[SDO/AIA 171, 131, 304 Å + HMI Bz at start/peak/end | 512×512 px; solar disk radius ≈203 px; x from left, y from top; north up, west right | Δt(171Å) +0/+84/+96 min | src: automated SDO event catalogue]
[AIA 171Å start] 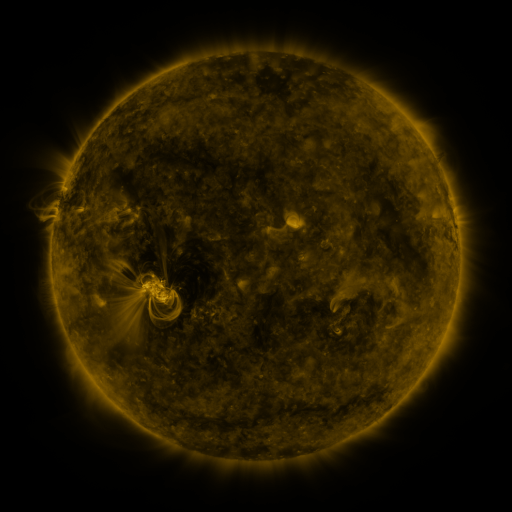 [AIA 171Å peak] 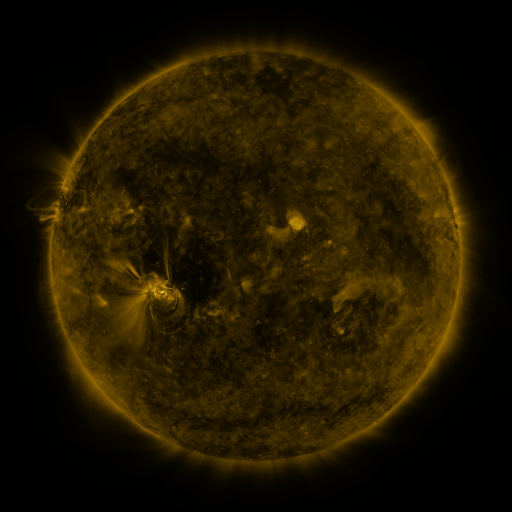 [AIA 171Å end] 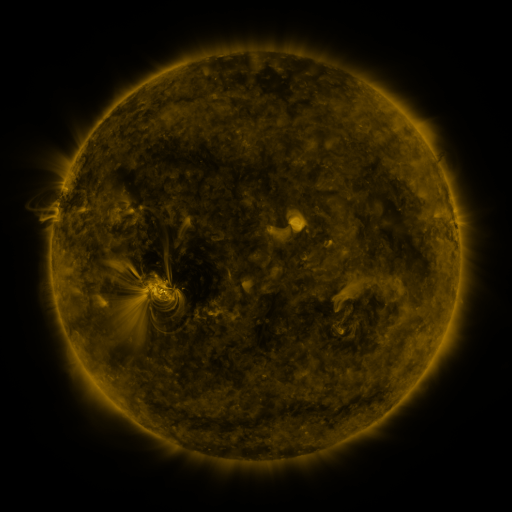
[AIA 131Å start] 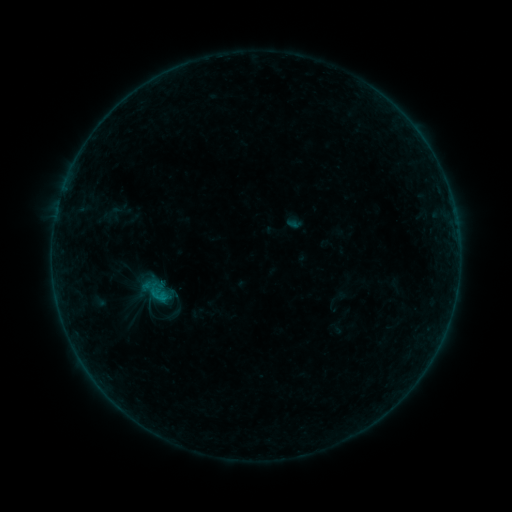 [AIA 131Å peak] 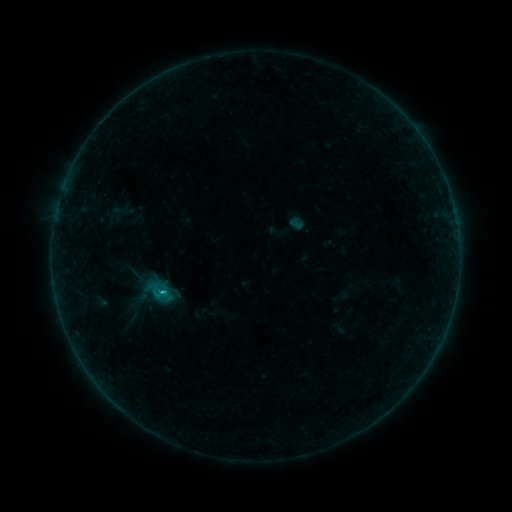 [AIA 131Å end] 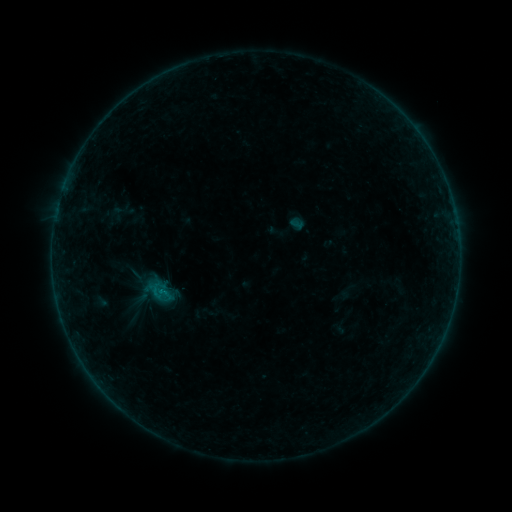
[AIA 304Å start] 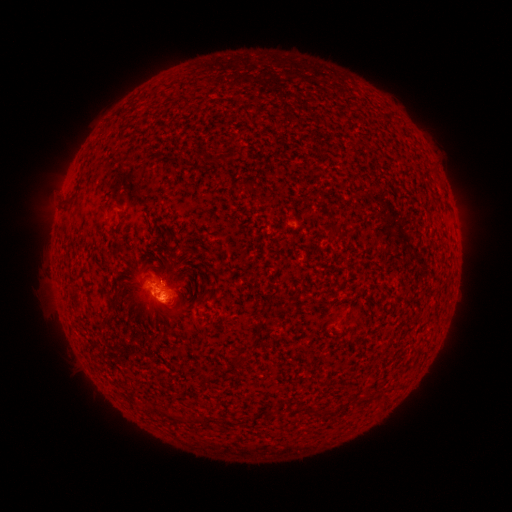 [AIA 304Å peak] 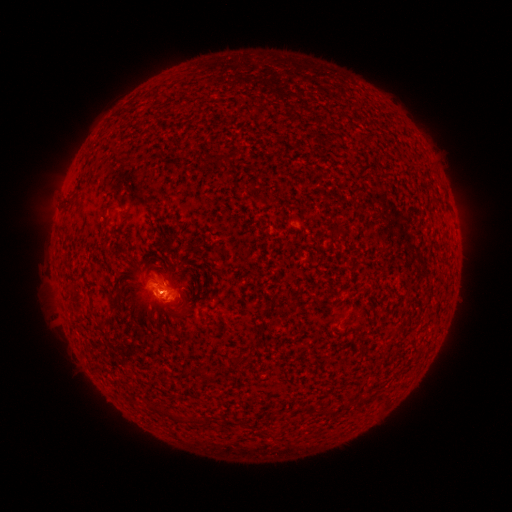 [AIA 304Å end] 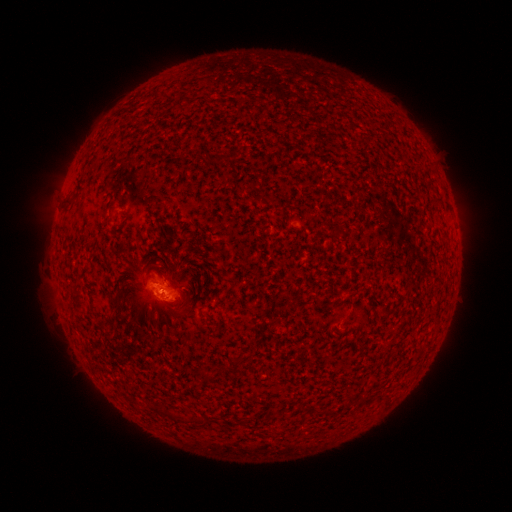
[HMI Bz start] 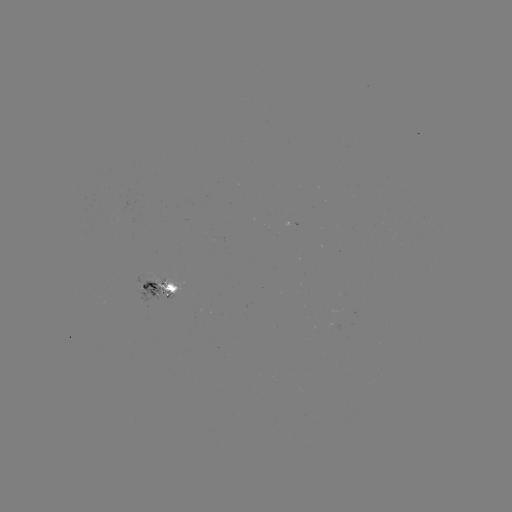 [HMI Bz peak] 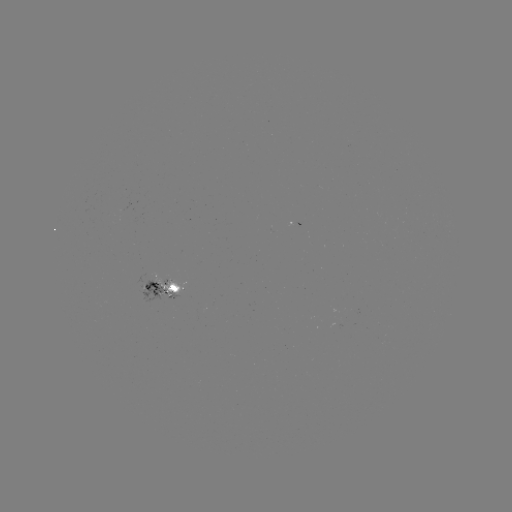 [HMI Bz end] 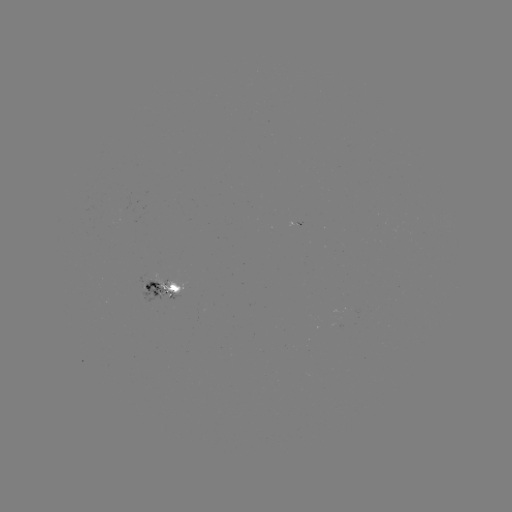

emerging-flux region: (149, 272, 186, 295)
